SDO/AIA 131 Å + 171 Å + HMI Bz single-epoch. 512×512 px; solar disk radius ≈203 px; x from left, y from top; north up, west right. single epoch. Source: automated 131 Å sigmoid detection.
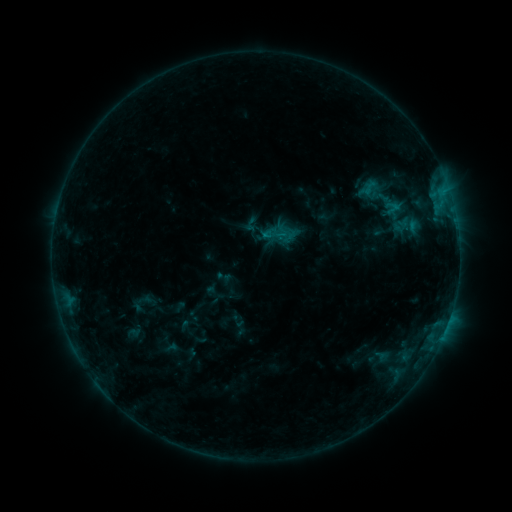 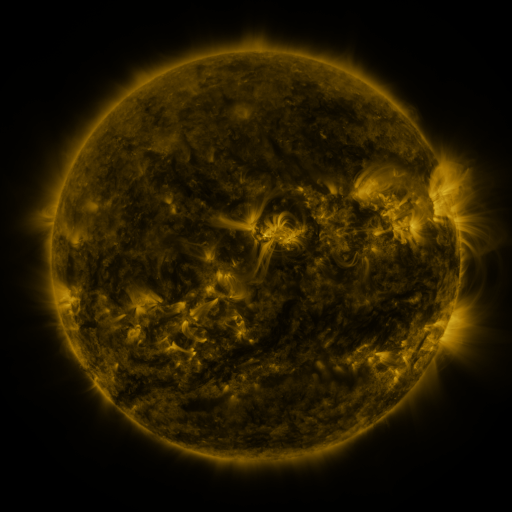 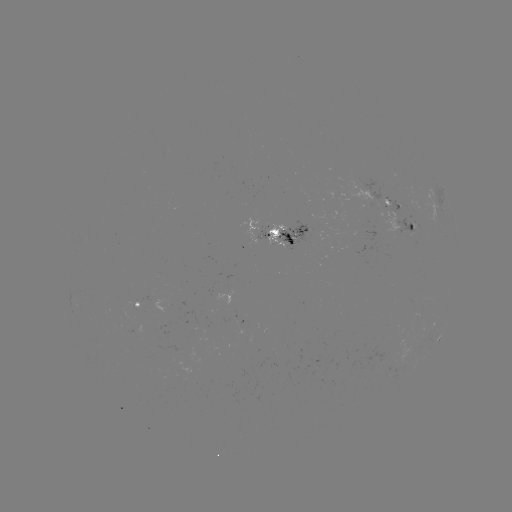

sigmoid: (345, 169, 429, 228)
